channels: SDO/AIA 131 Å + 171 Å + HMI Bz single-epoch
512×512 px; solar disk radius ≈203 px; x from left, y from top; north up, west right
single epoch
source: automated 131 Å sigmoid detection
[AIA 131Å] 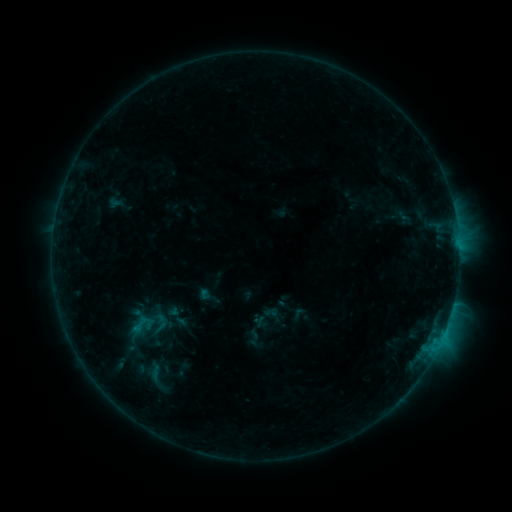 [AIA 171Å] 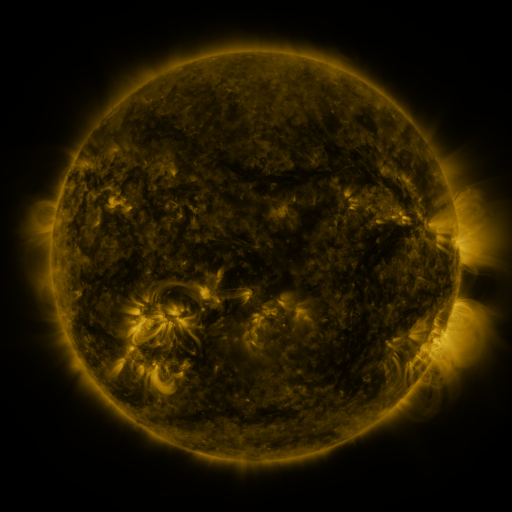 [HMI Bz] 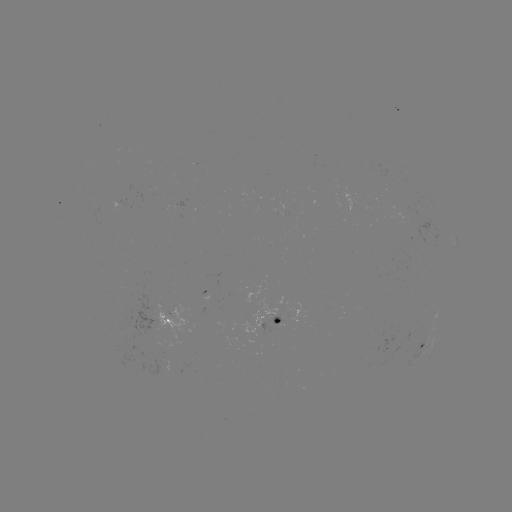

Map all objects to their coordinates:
sigmoid: [125, 312, 156, 336]
